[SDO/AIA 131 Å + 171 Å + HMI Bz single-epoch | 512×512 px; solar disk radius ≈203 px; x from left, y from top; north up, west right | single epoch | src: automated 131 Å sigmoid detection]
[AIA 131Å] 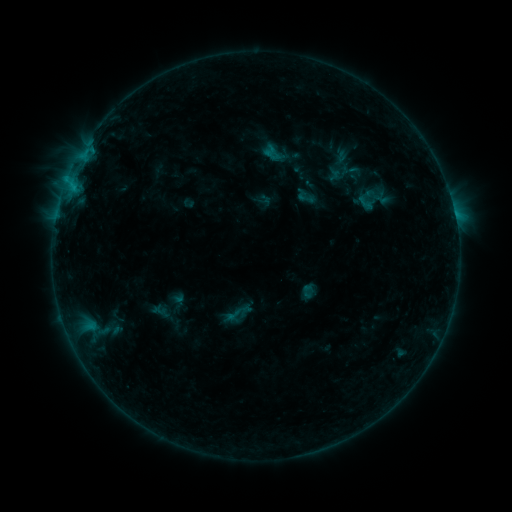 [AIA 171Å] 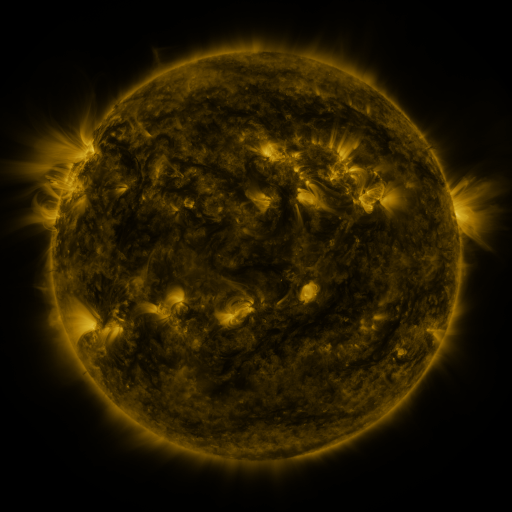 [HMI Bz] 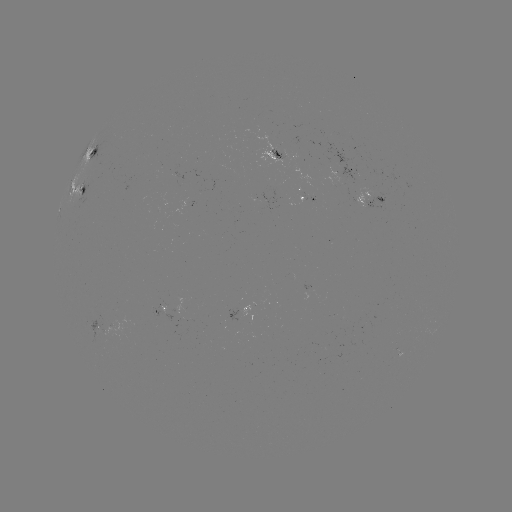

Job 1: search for sigmoid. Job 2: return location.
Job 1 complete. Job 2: [233, 315].